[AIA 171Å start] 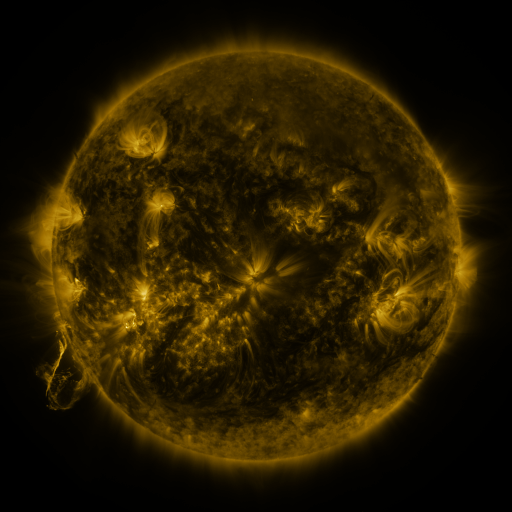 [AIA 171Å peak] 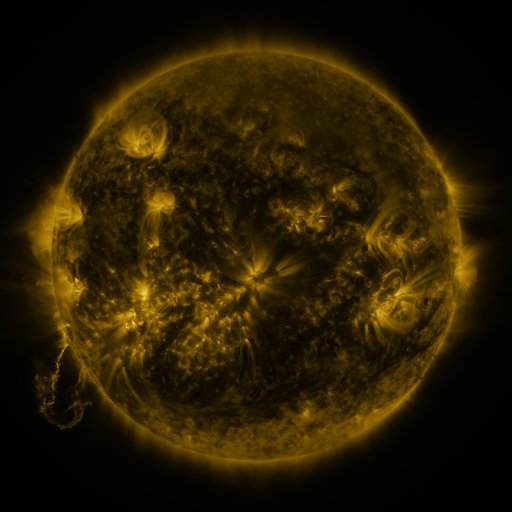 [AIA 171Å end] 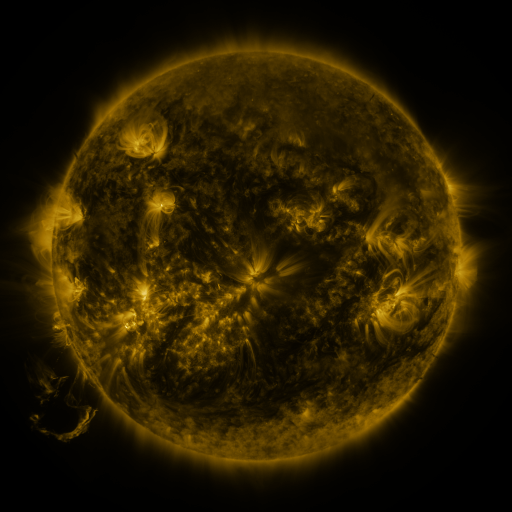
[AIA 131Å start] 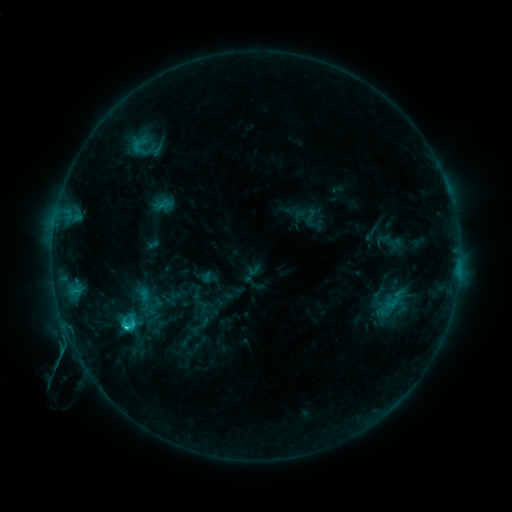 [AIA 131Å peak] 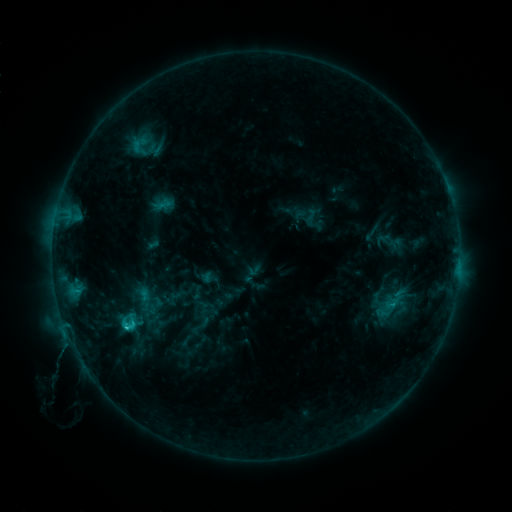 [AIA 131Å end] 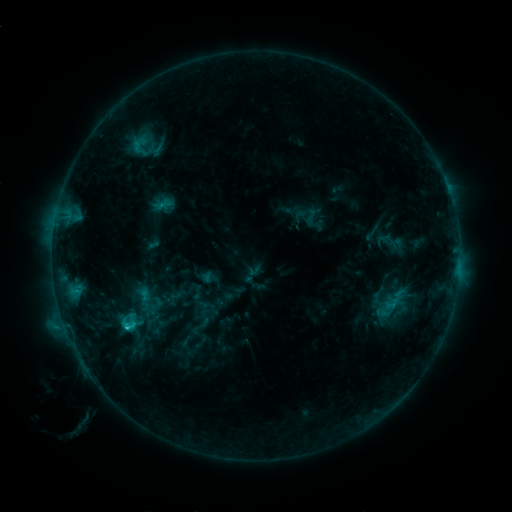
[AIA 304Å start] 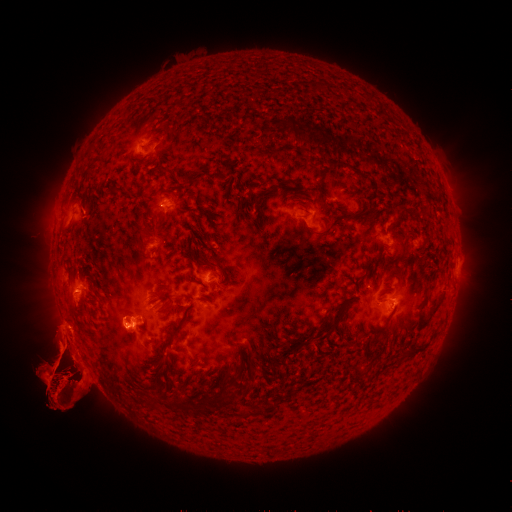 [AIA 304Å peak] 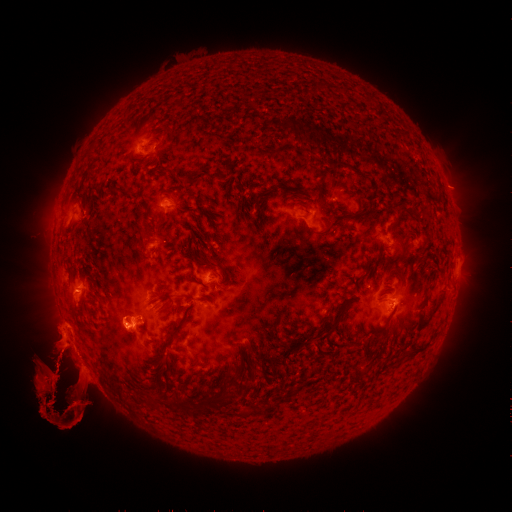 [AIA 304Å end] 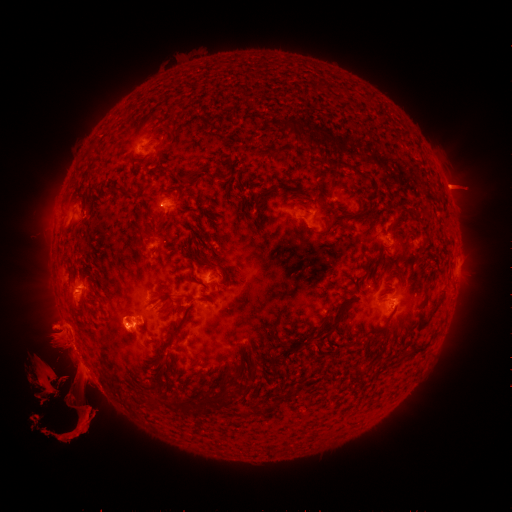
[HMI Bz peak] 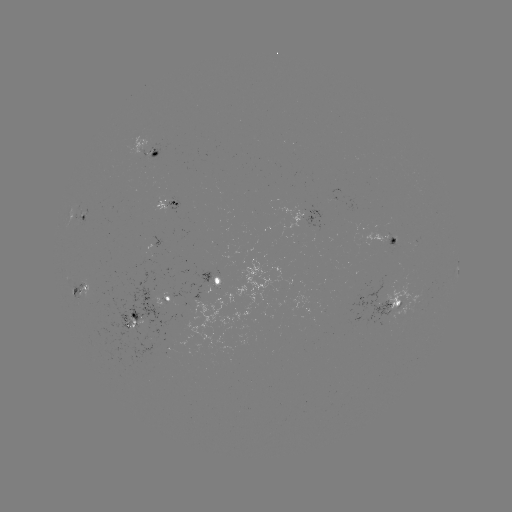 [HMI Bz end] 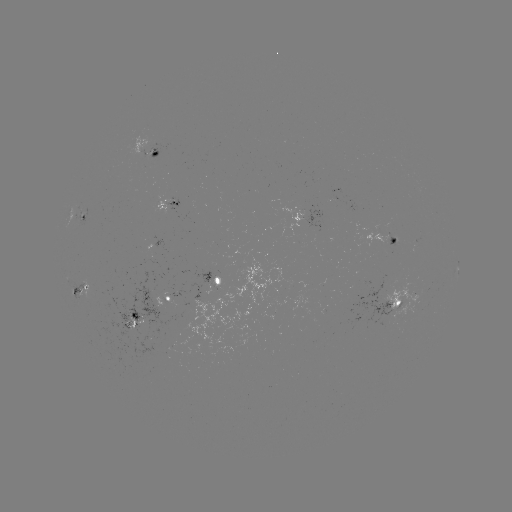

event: eruption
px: (459, 188)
